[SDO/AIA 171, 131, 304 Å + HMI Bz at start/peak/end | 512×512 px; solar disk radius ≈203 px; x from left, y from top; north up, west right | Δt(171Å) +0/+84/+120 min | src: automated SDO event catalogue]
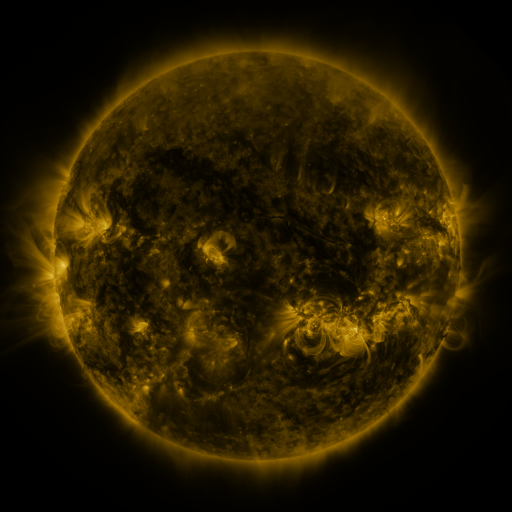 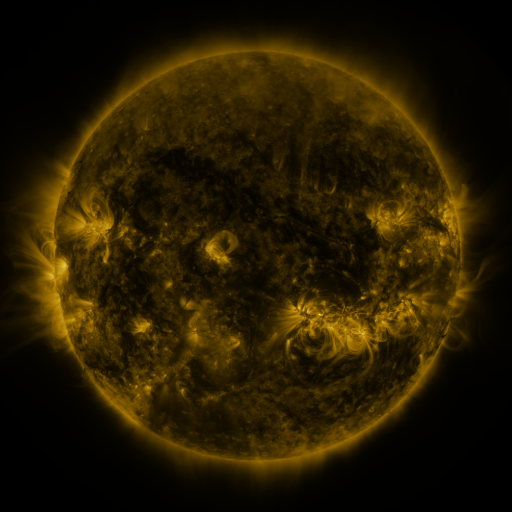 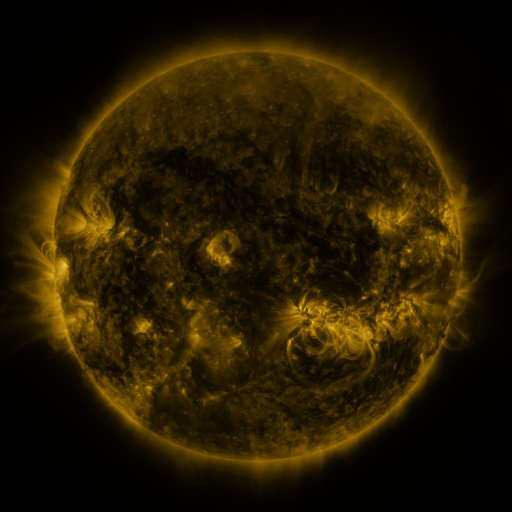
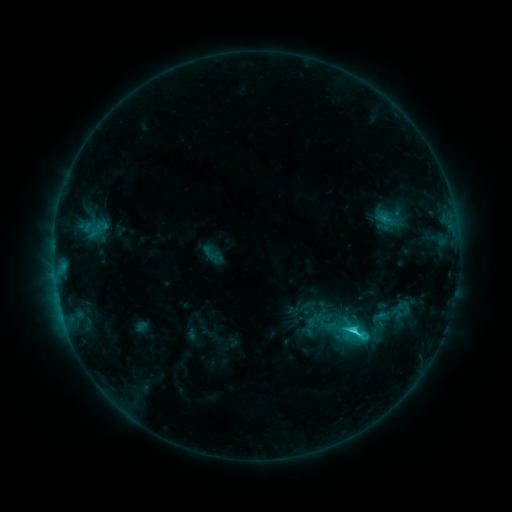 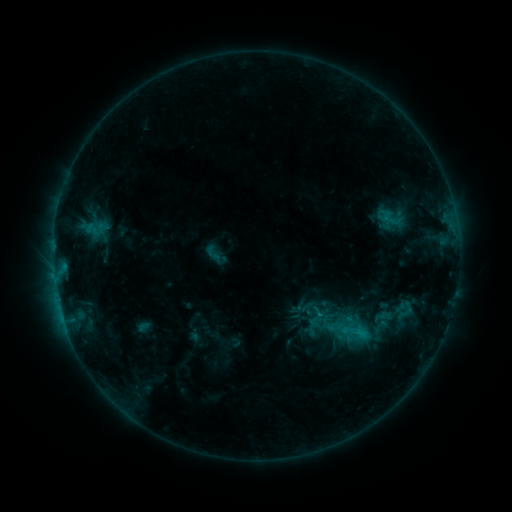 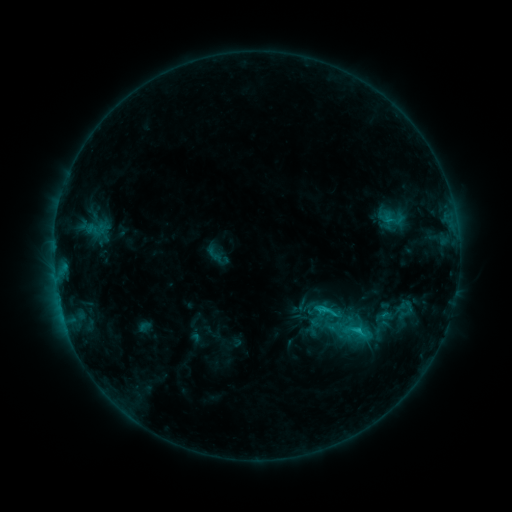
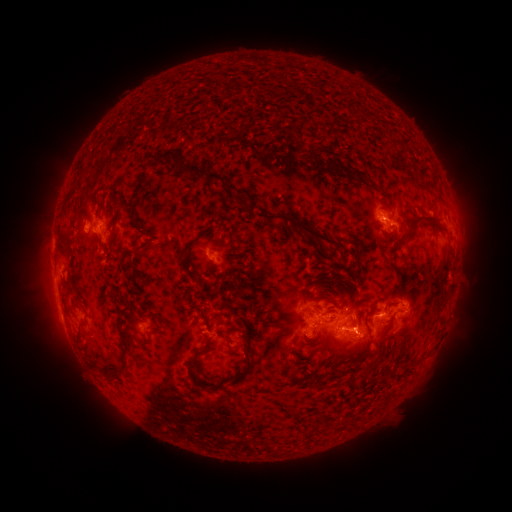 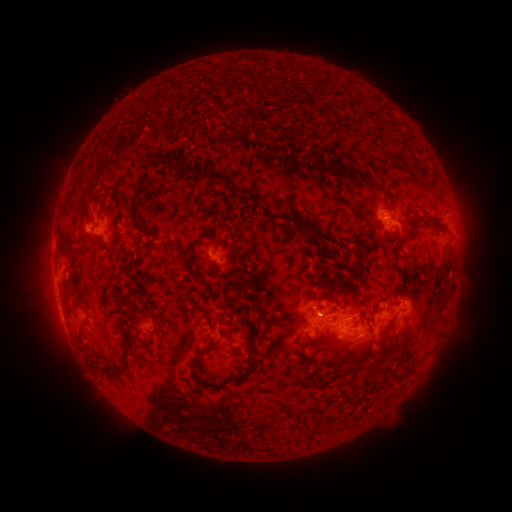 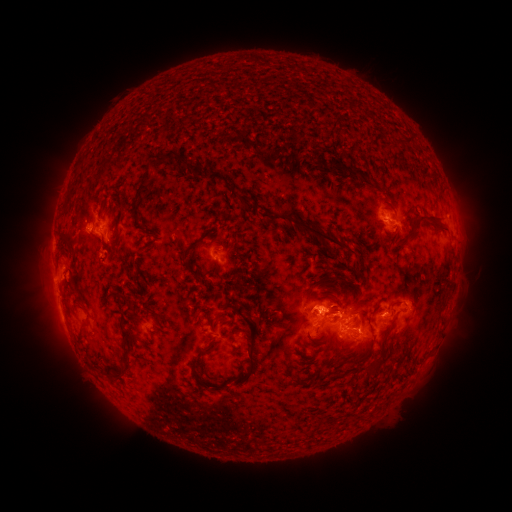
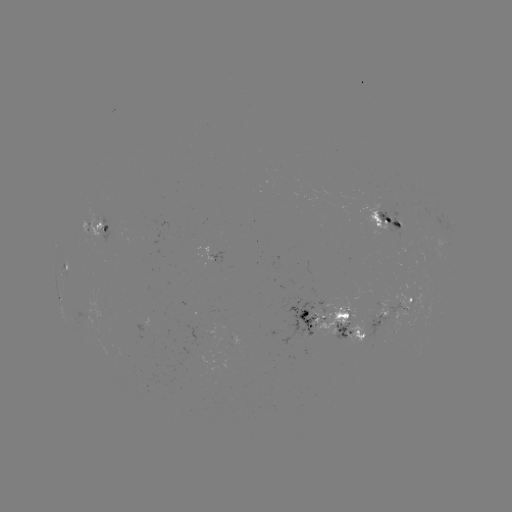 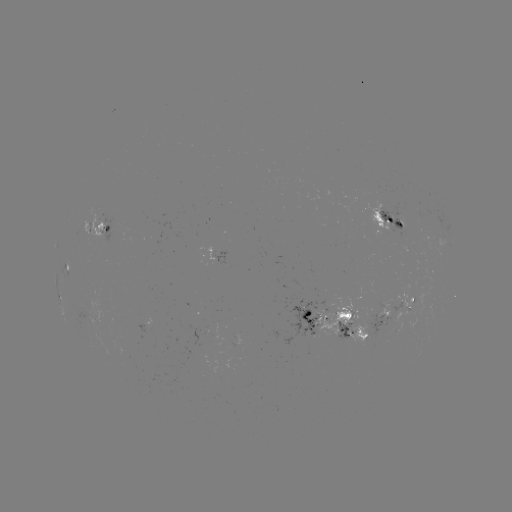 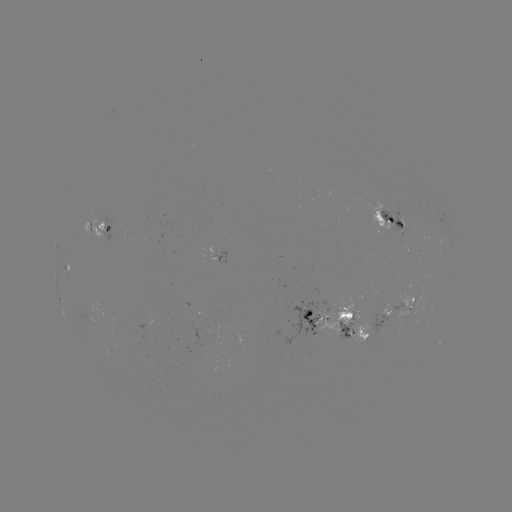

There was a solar emerging-flux region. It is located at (392, 219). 